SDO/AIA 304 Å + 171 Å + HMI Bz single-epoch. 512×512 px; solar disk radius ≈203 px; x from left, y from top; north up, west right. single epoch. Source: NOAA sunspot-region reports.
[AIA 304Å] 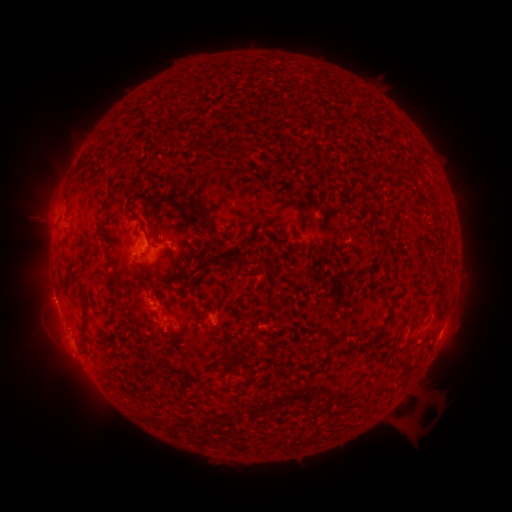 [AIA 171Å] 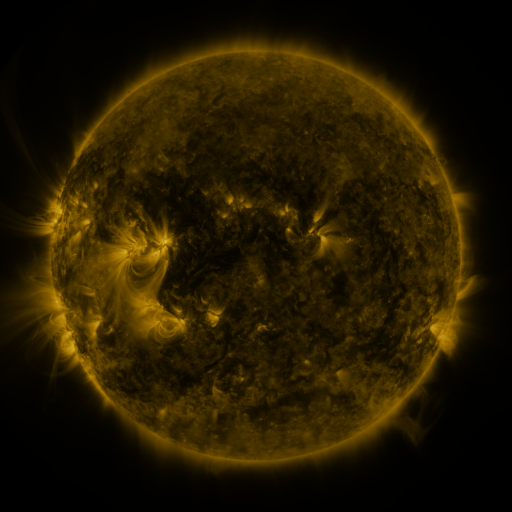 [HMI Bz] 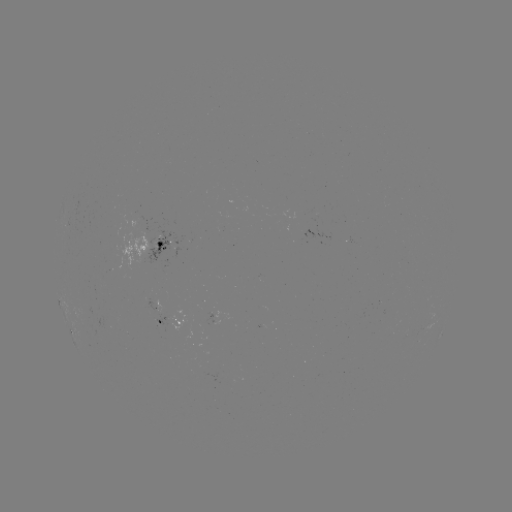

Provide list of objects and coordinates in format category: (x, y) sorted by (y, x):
spotted active region: (154, 243)
spotted active region: (224, 319)
spotted active region: (175, 325)
spotted active region: (443, 330)
